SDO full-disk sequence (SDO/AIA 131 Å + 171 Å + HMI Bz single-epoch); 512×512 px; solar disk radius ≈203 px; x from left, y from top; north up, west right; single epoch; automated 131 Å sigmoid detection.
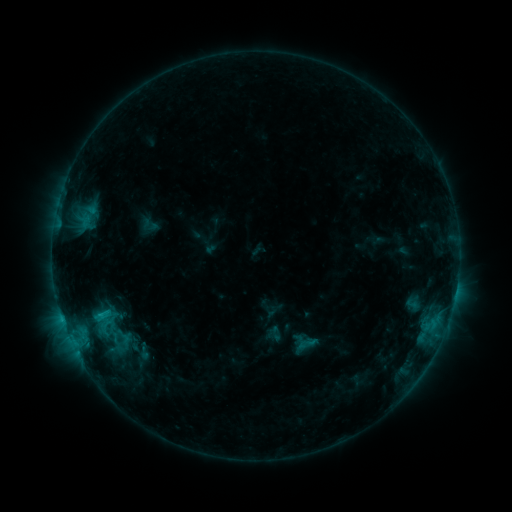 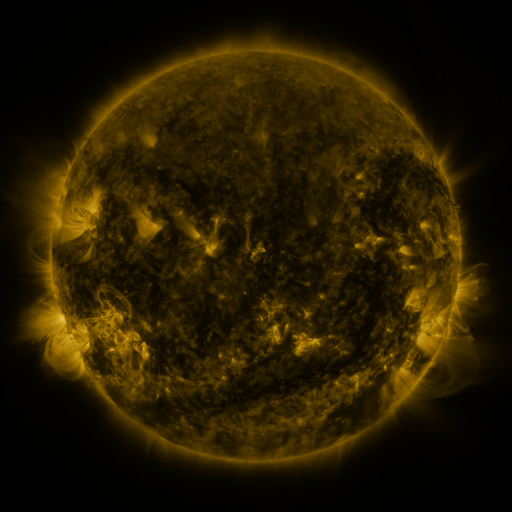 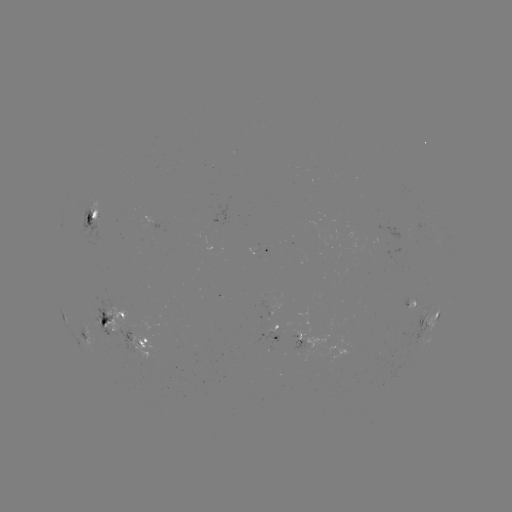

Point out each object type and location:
sigmoid: [297, 333, 318, 354]
